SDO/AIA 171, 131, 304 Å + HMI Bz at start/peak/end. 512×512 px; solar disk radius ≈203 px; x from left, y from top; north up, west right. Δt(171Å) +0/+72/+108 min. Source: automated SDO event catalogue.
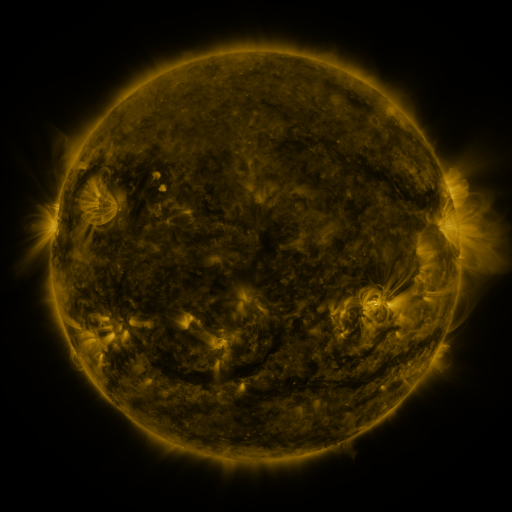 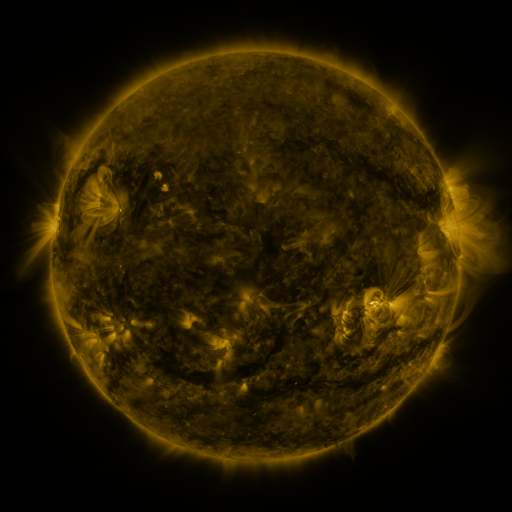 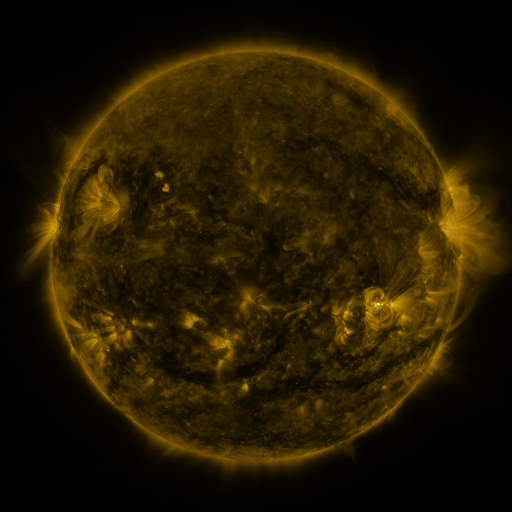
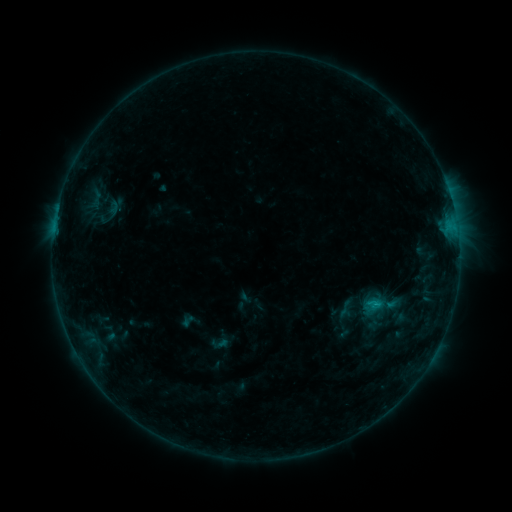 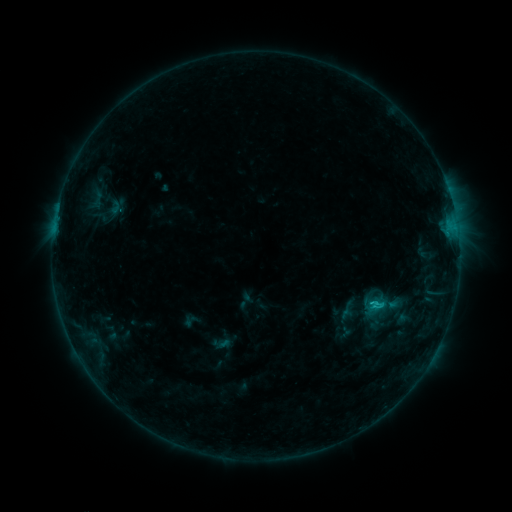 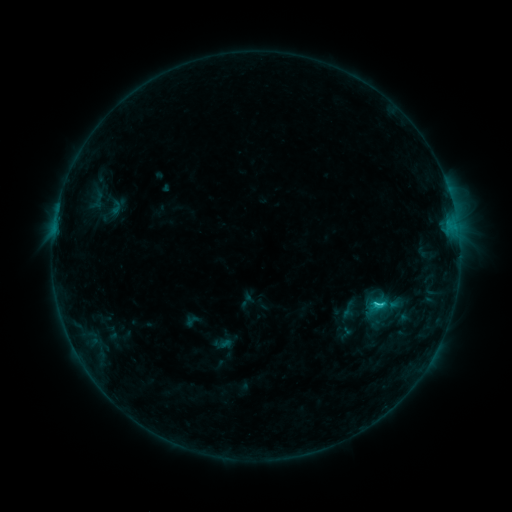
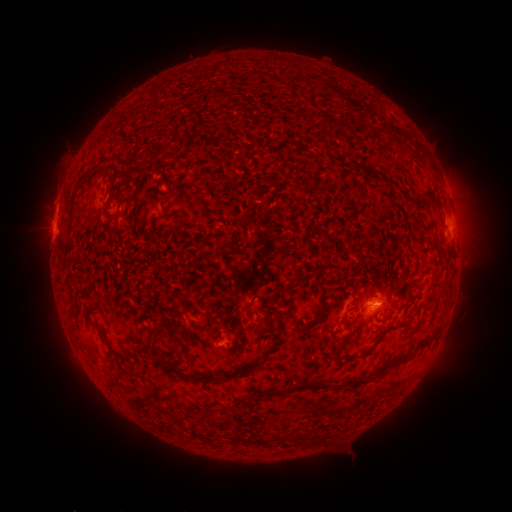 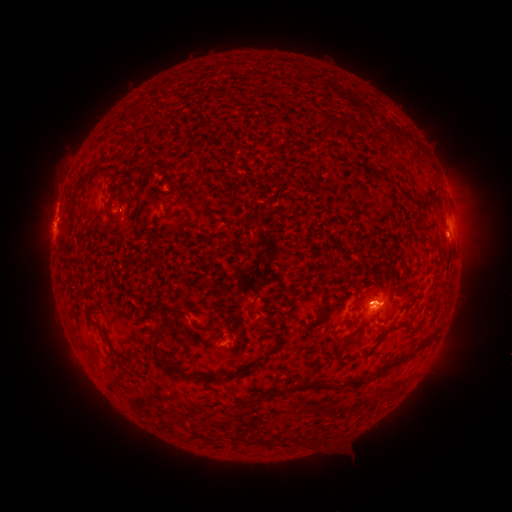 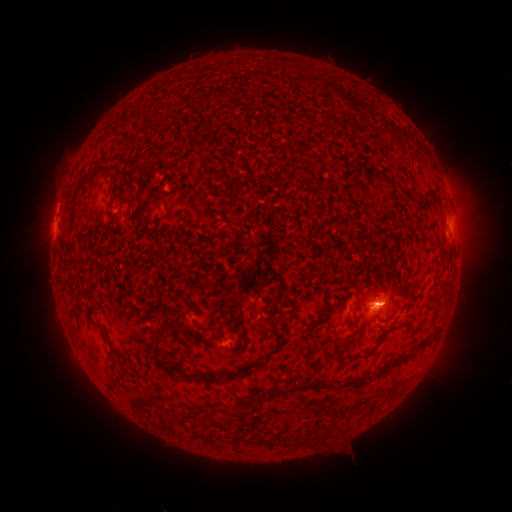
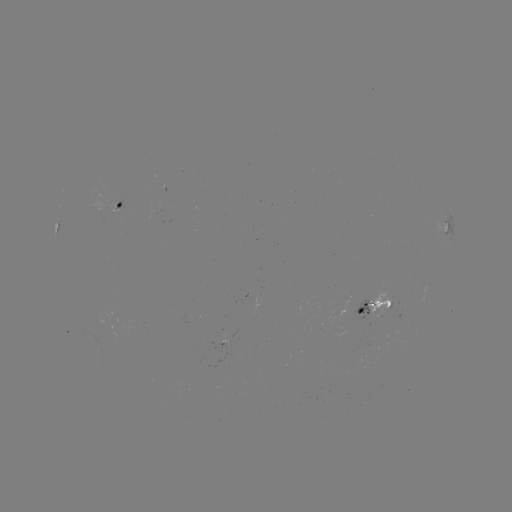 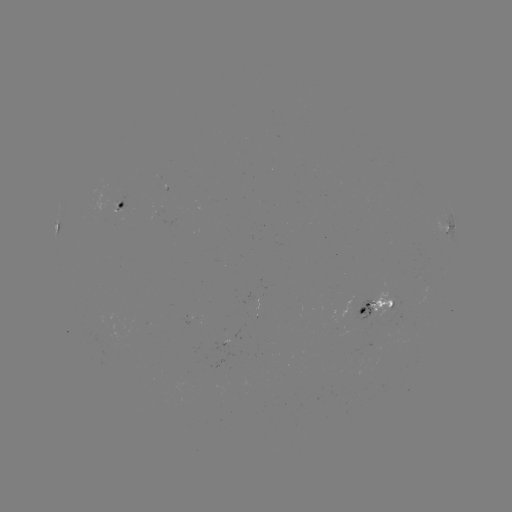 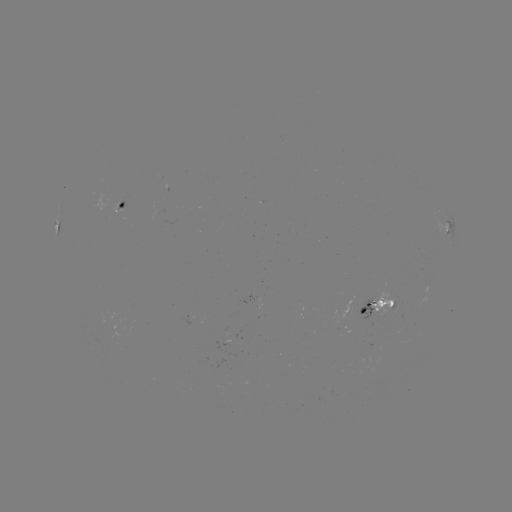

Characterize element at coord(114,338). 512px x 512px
emerging-flux region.